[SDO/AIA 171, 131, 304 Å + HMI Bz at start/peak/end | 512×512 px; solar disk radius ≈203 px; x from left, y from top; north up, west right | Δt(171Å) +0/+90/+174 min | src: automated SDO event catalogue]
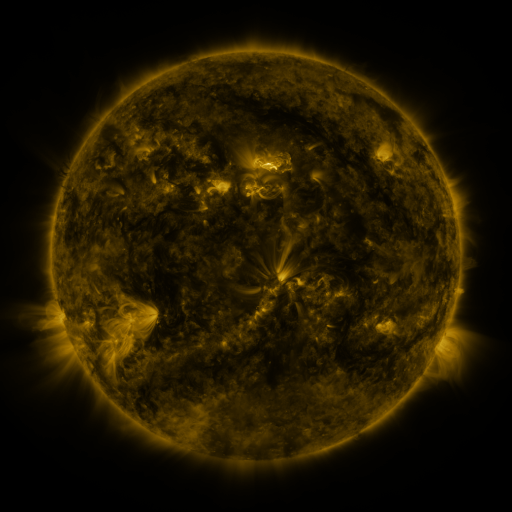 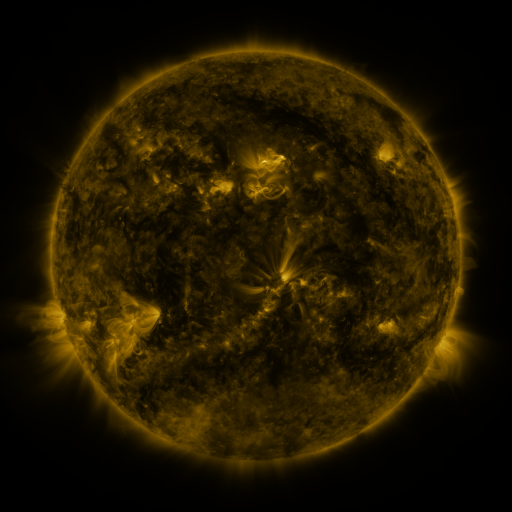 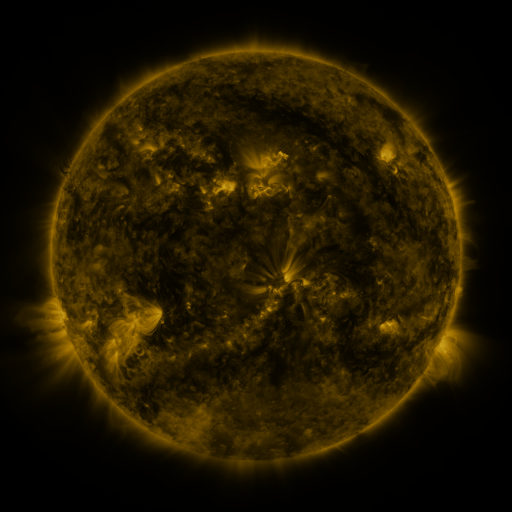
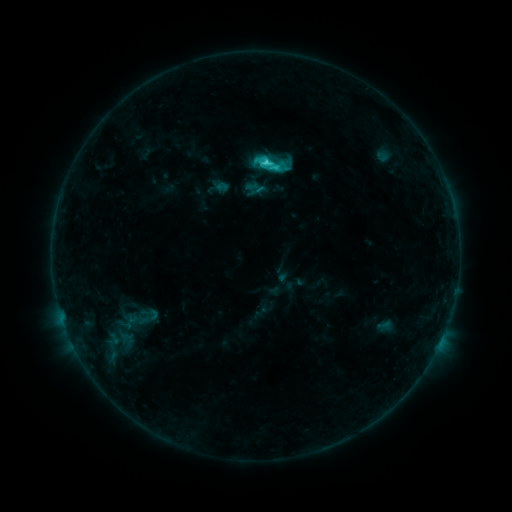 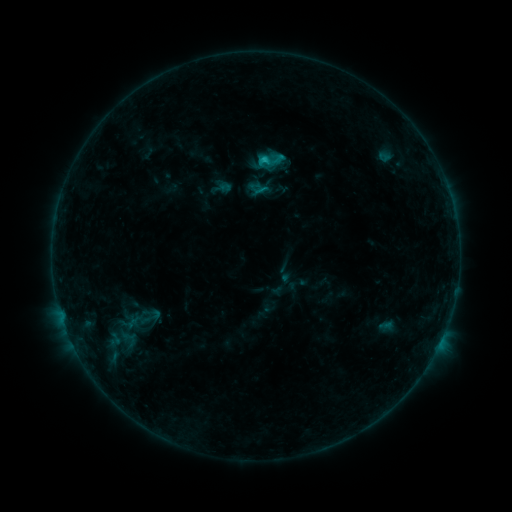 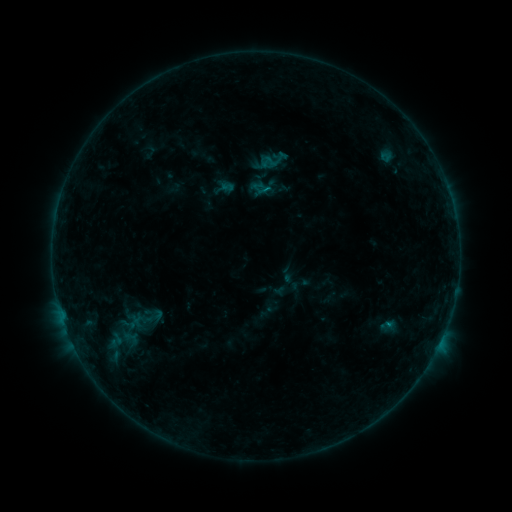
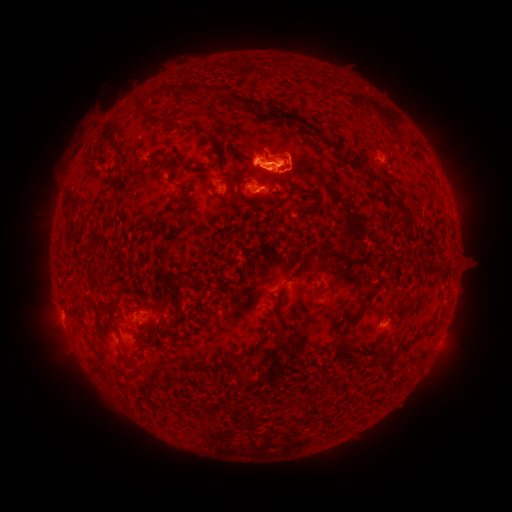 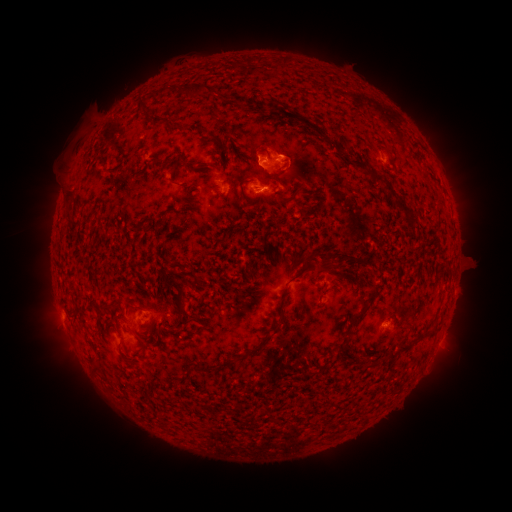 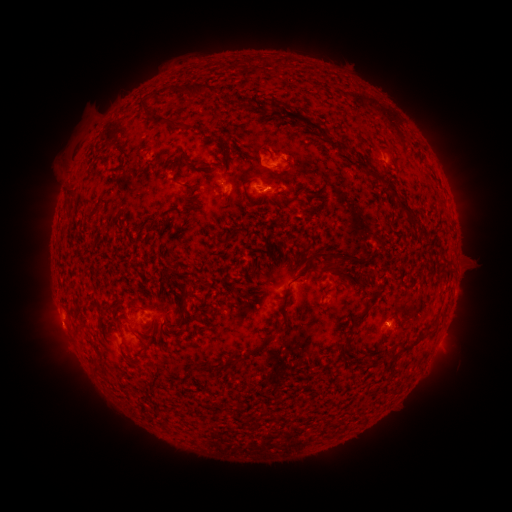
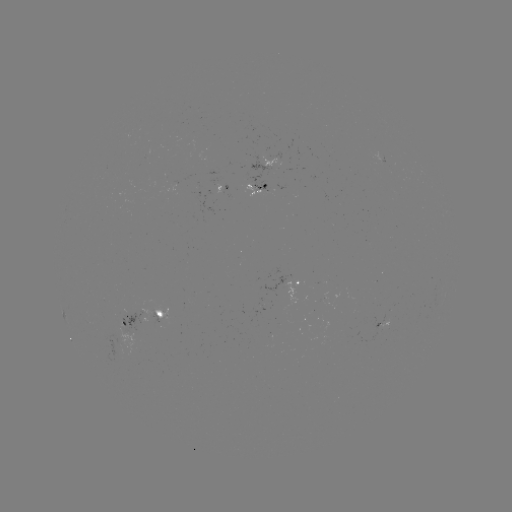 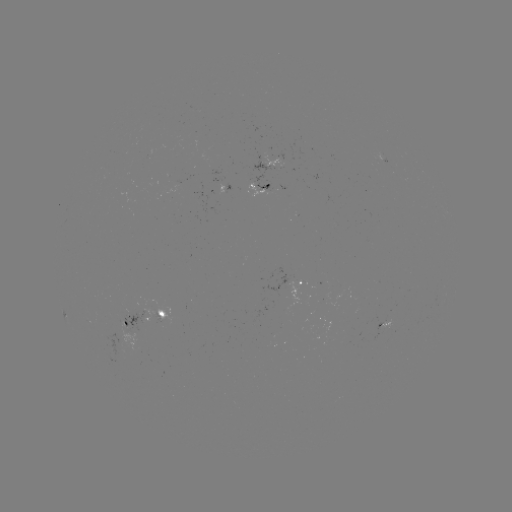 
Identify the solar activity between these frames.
filament eruption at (293, 166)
